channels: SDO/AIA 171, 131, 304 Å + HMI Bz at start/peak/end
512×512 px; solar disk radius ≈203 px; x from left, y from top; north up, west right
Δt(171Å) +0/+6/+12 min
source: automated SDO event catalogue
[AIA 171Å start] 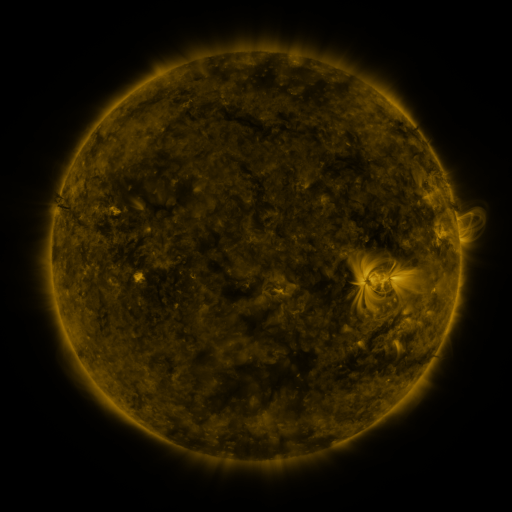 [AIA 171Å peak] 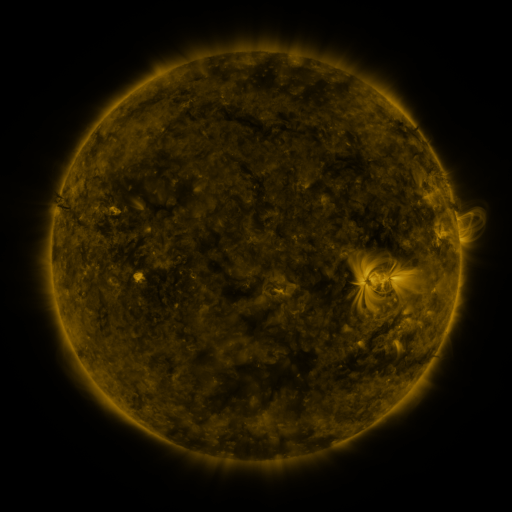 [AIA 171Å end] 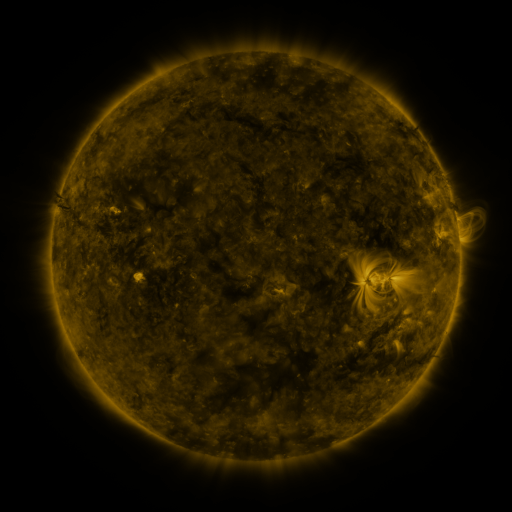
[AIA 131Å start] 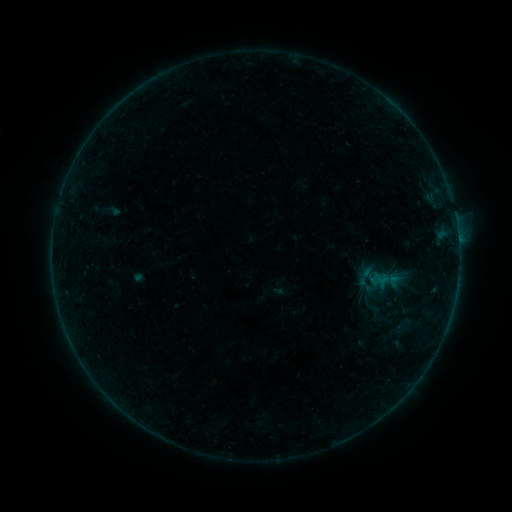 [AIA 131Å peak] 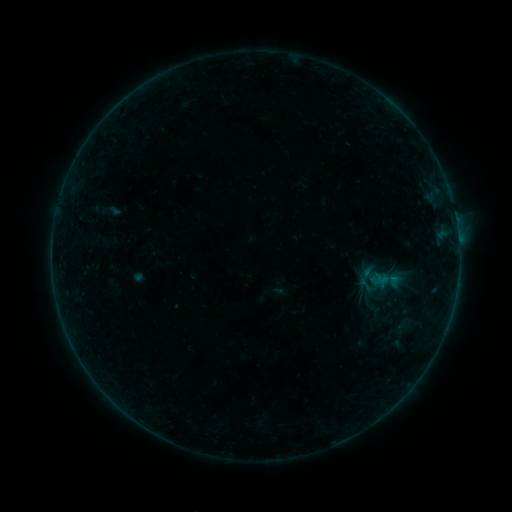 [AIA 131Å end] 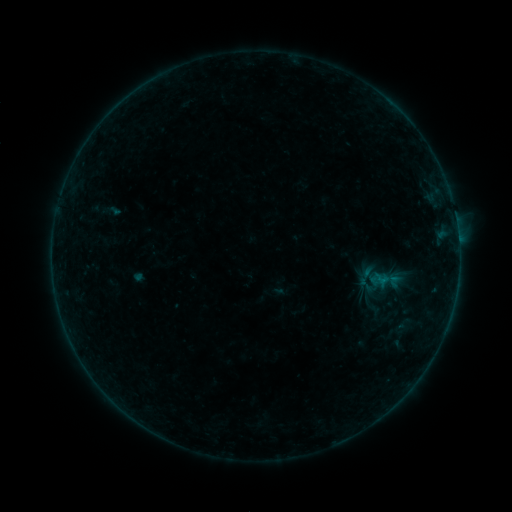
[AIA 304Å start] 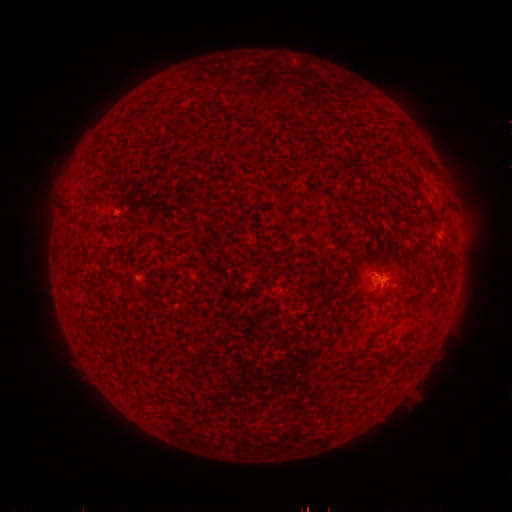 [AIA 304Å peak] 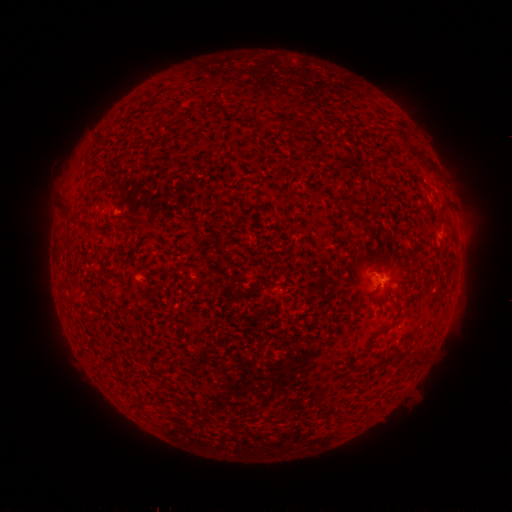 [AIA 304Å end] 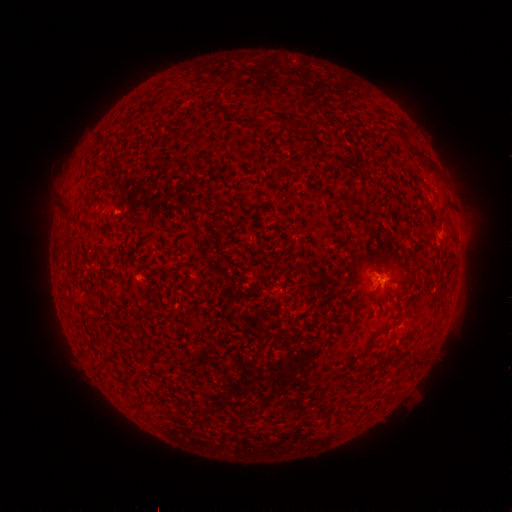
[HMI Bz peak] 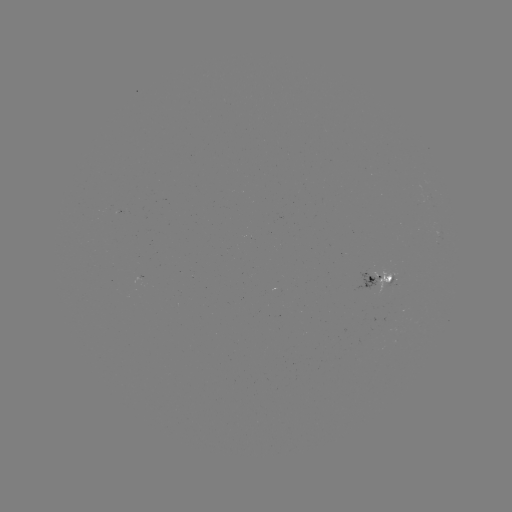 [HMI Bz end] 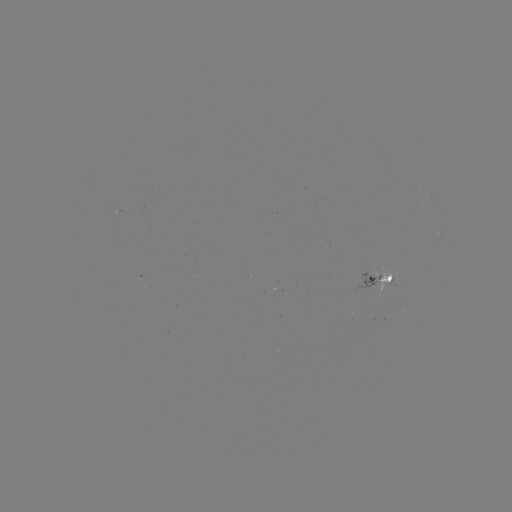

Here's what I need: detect B1.6 flare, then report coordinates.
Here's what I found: B1.6 flare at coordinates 380,277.